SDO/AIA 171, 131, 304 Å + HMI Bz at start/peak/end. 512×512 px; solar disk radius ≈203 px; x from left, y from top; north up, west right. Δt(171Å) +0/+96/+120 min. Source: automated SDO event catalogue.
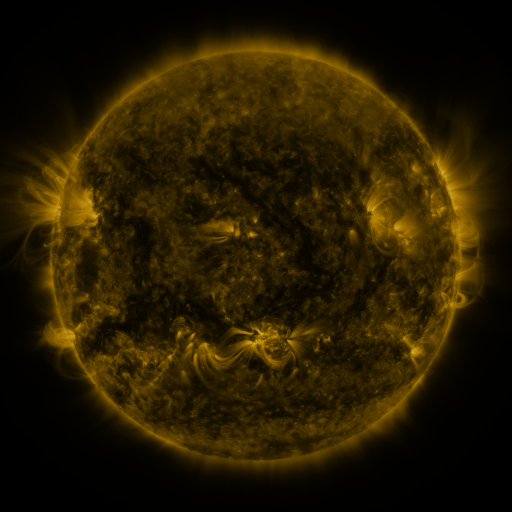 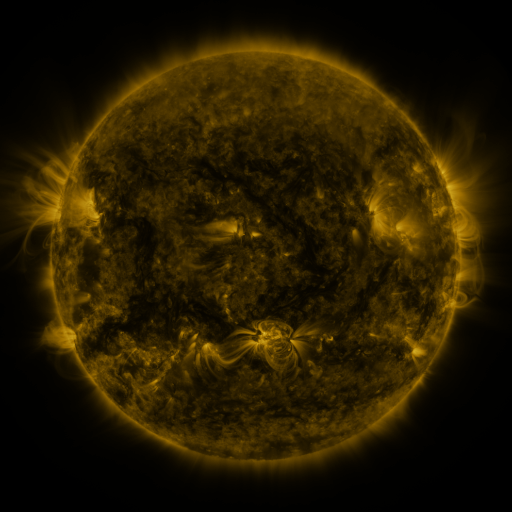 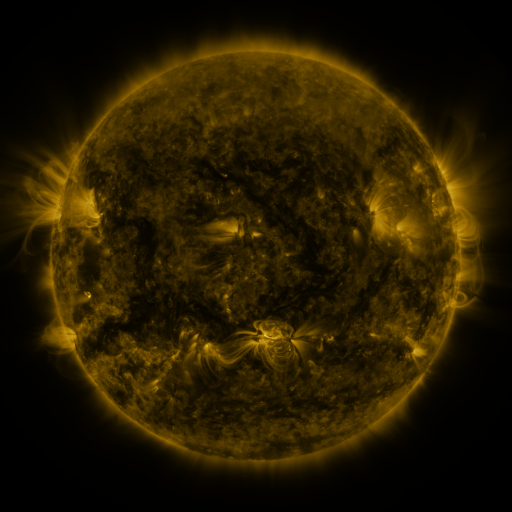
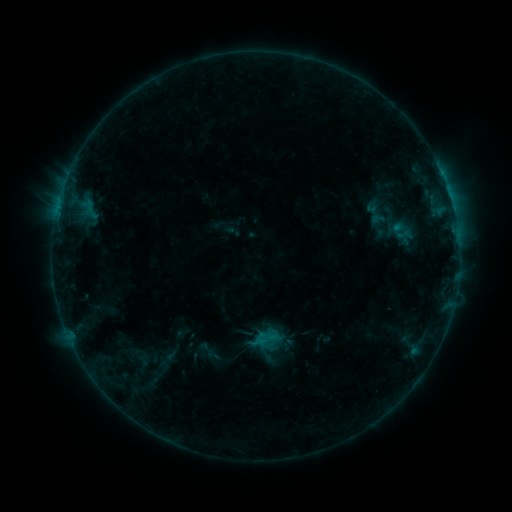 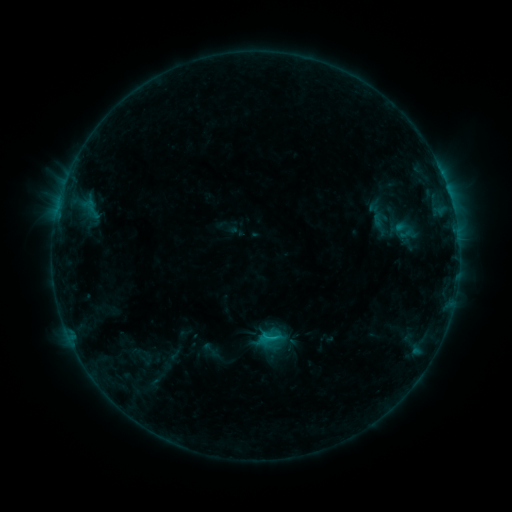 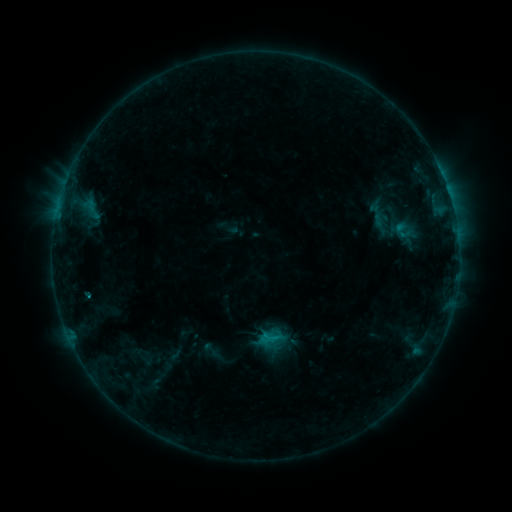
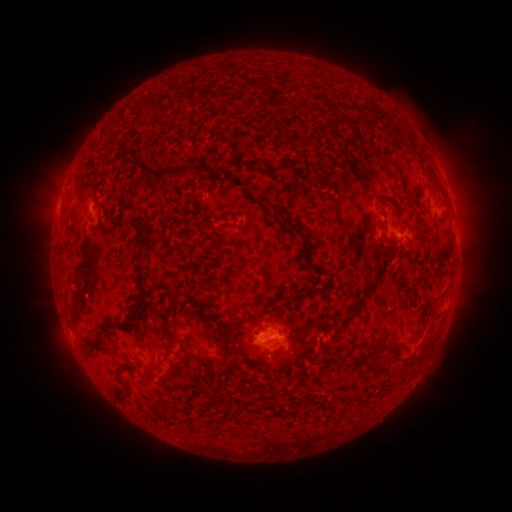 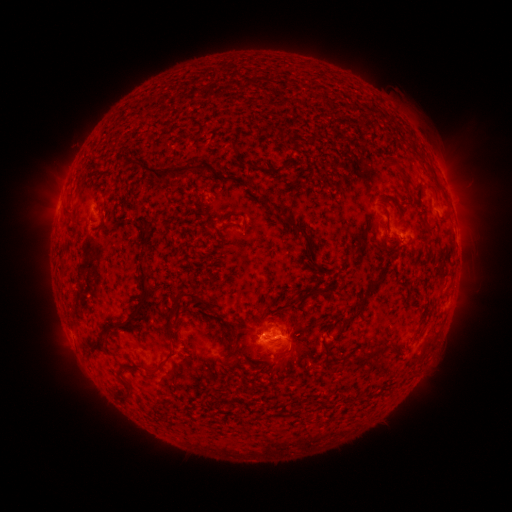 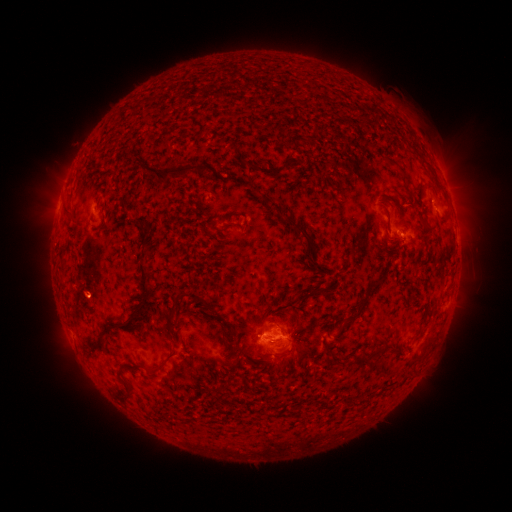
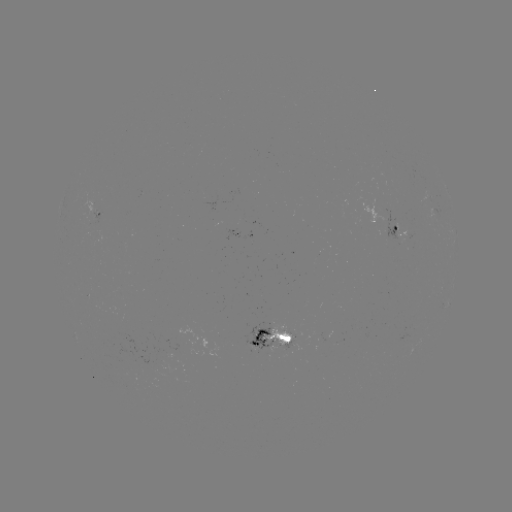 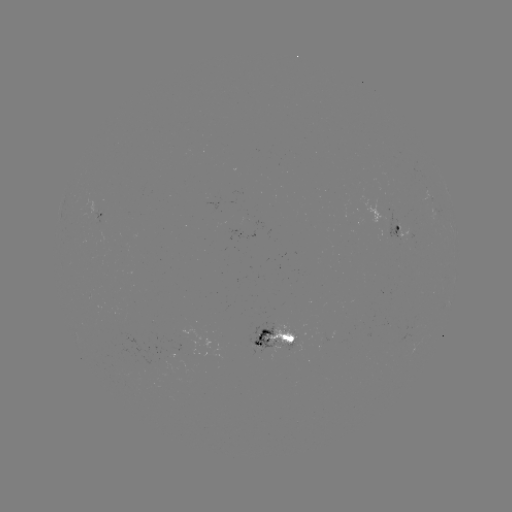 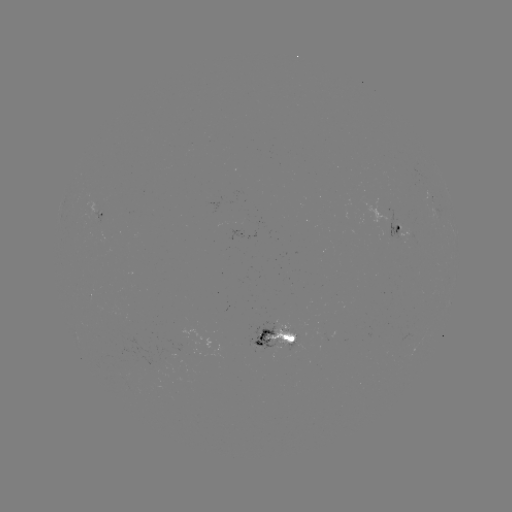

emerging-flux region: [265, 321, 298, 343]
